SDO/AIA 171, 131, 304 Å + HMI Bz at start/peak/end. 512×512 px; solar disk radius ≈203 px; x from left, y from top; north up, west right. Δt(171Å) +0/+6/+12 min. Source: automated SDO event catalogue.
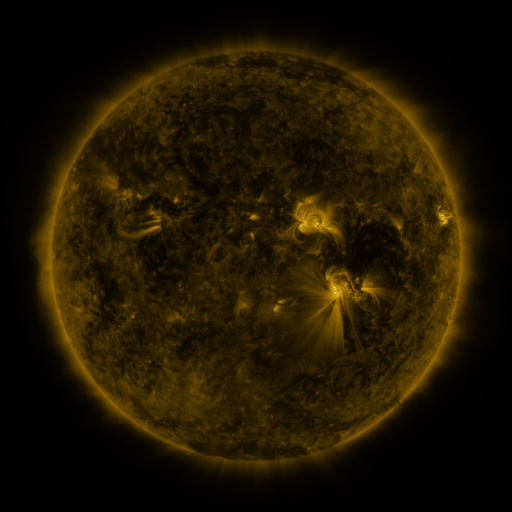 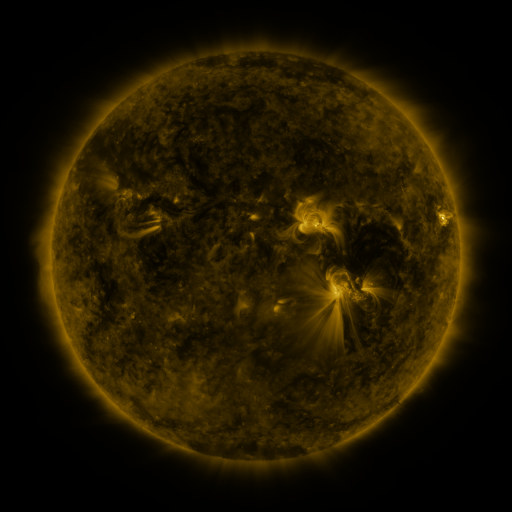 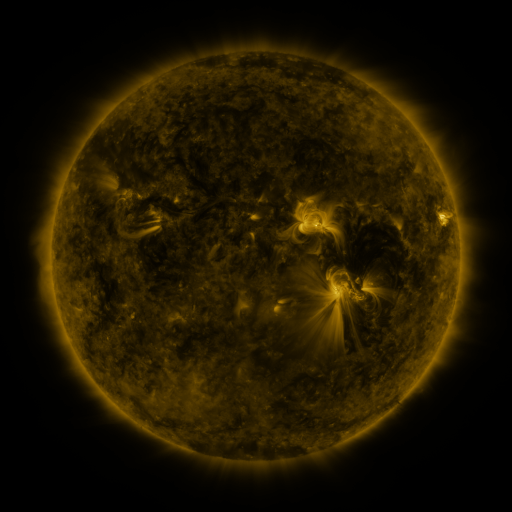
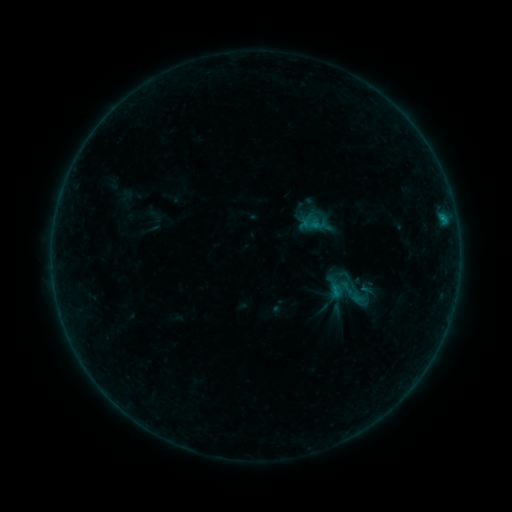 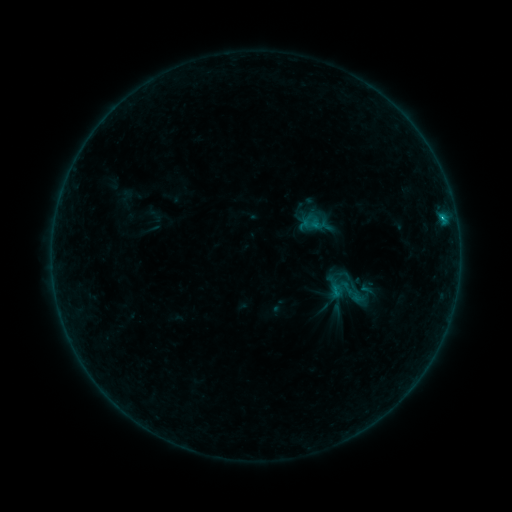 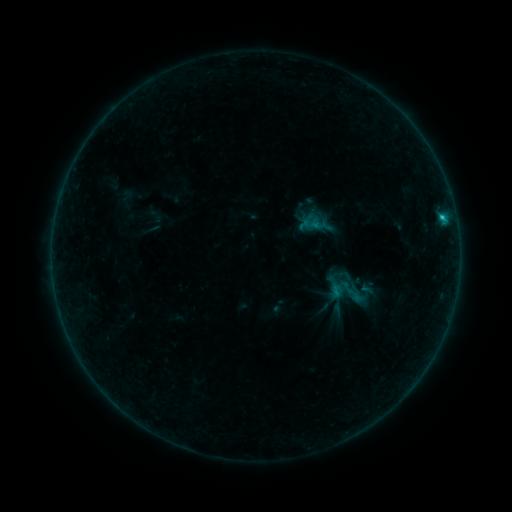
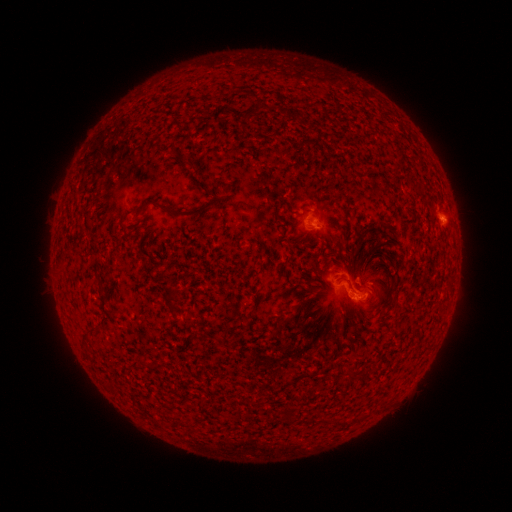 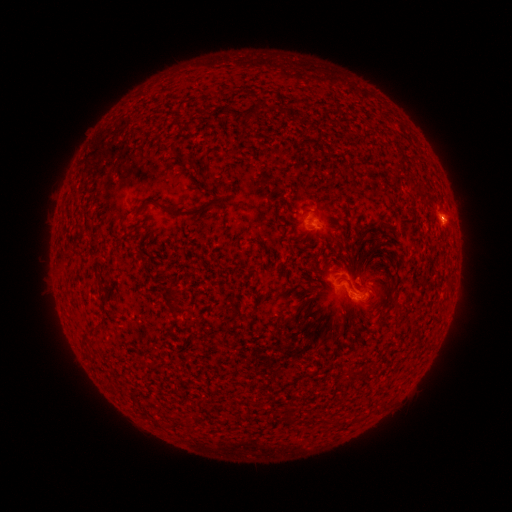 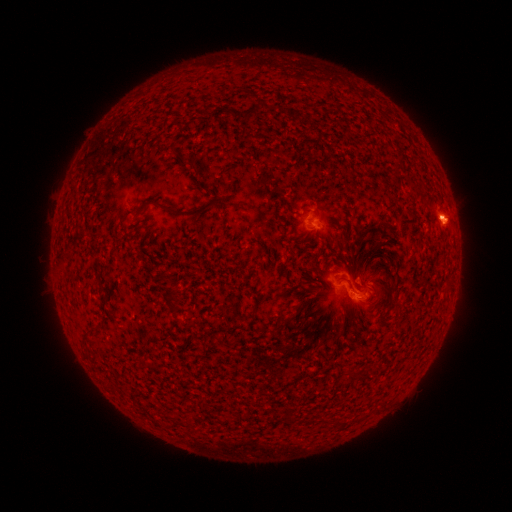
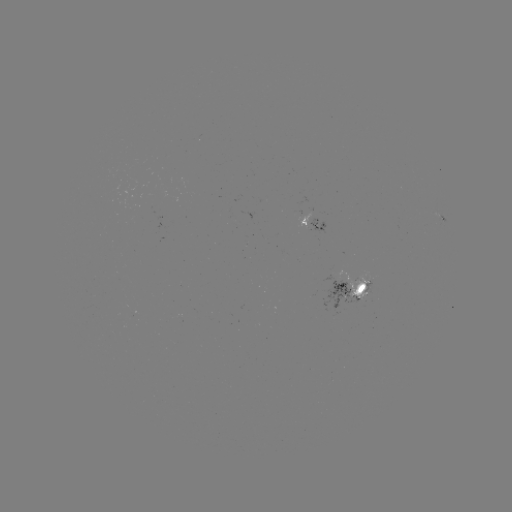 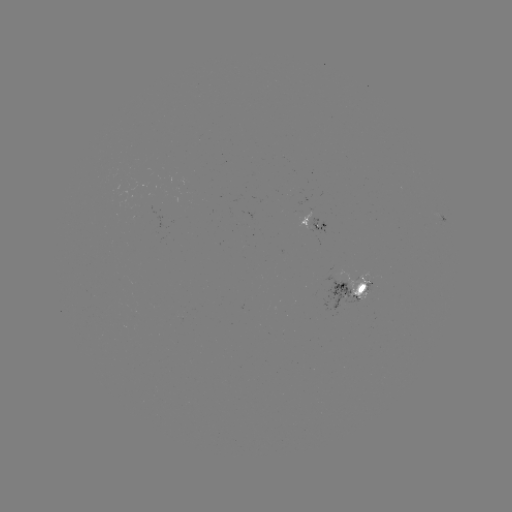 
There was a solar flare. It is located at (441, 219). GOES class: C2.0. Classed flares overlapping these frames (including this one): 1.